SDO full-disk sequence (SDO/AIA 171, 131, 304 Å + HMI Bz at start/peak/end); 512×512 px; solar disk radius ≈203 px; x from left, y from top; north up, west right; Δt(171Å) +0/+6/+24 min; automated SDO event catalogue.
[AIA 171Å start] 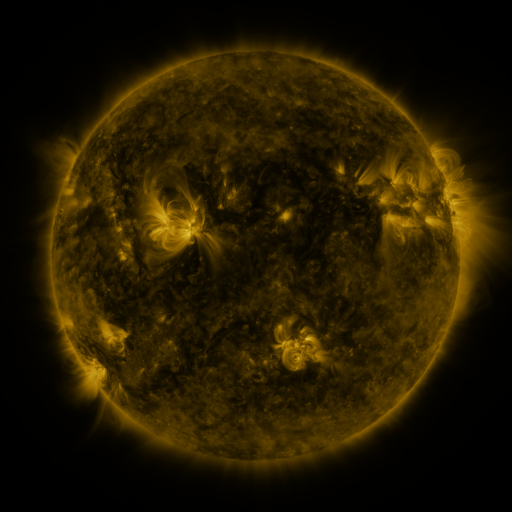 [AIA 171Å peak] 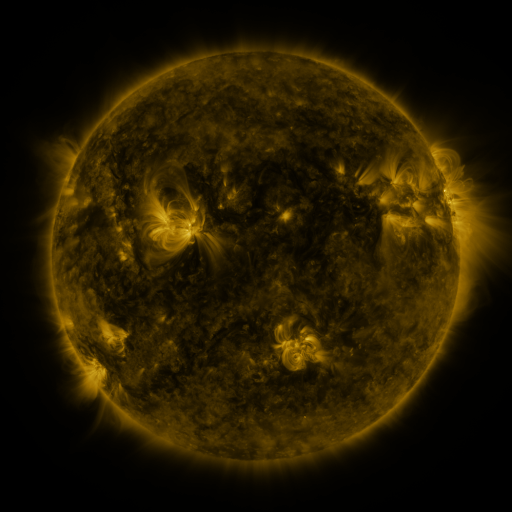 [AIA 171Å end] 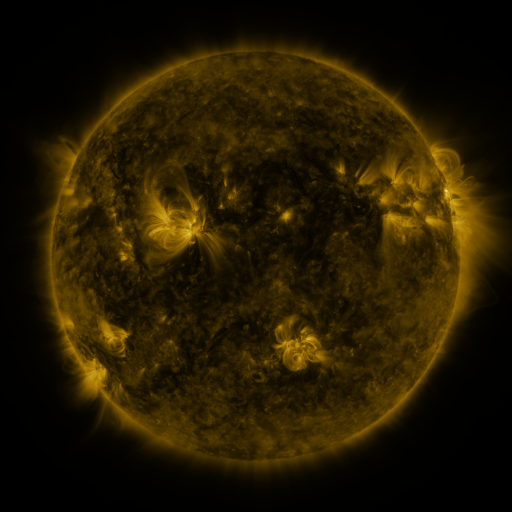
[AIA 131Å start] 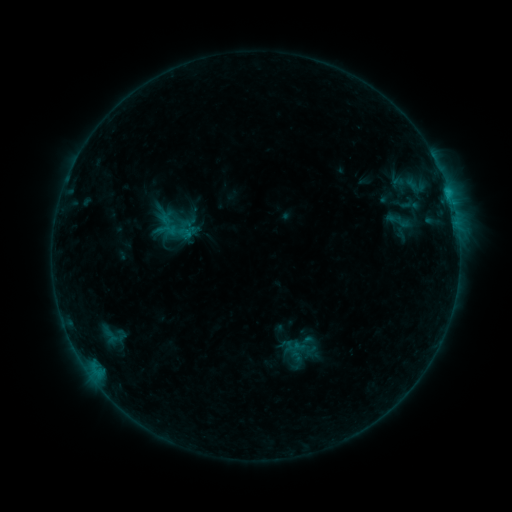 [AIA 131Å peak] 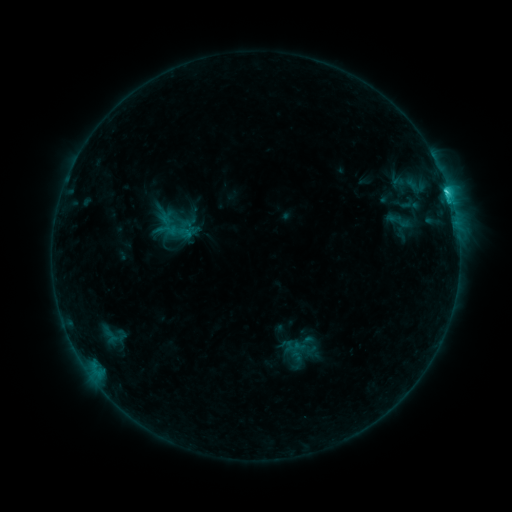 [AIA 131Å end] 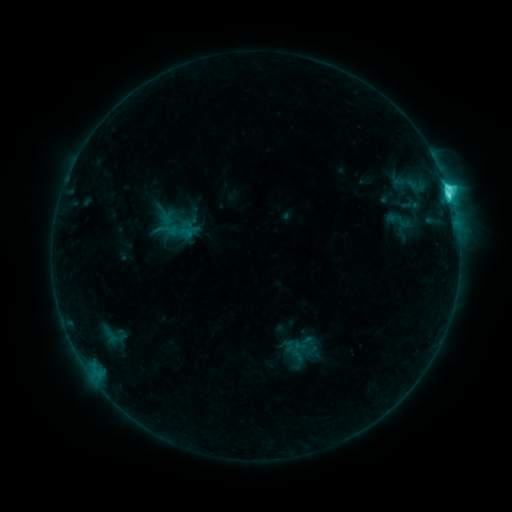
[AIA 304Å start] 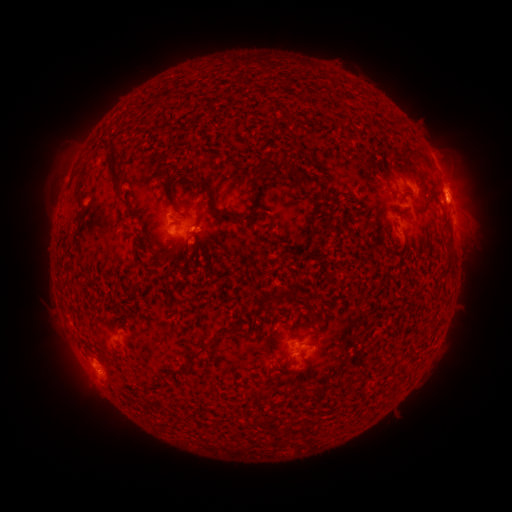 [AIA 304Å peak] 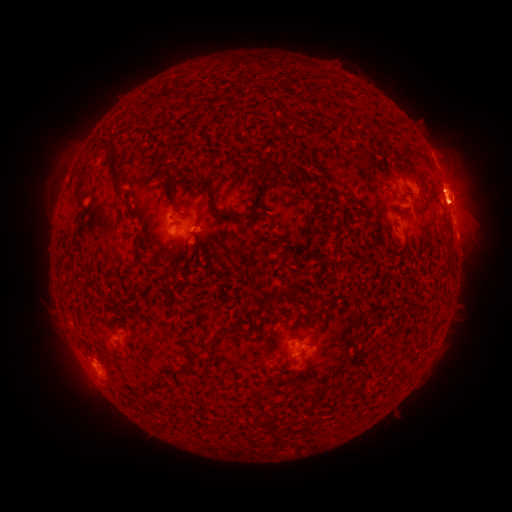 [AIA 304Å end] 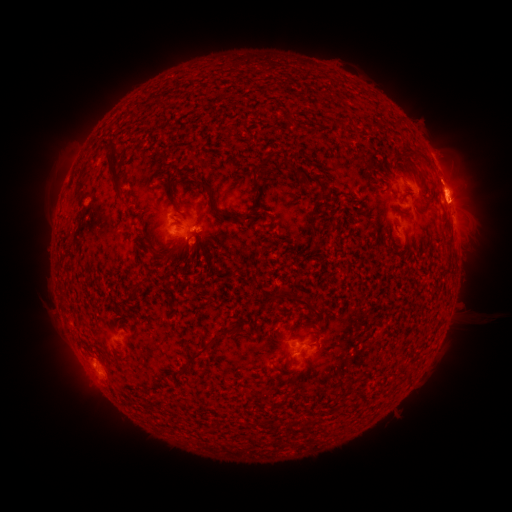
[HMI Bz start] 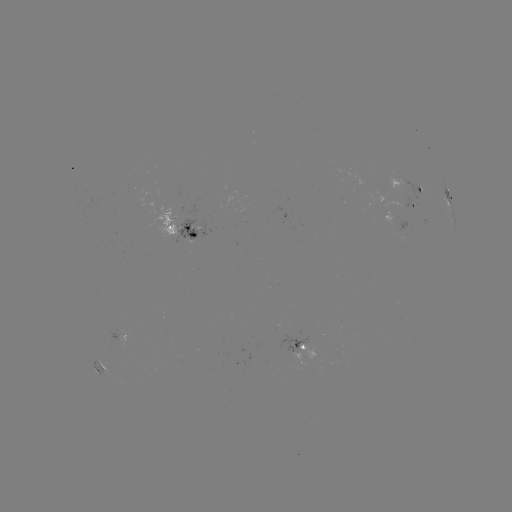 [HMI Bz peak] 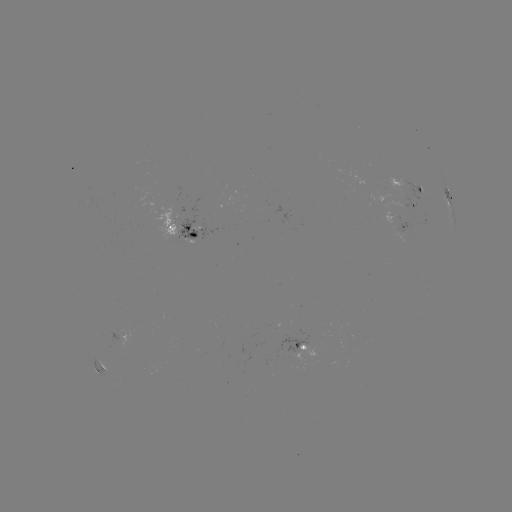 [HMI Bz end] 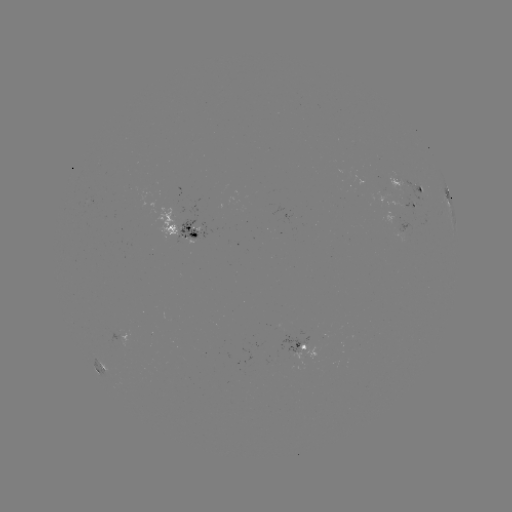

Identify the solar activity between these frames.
C9.0 flare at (446, 193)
